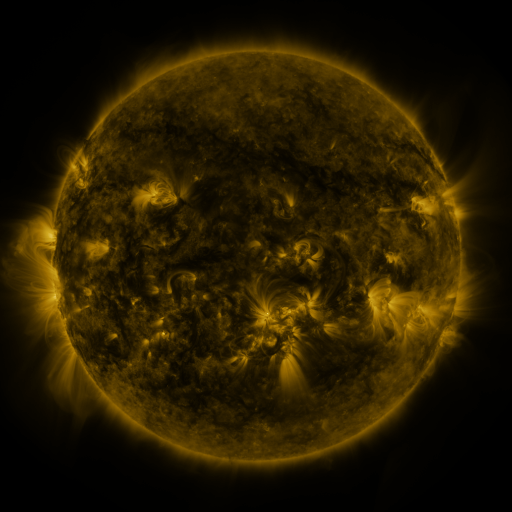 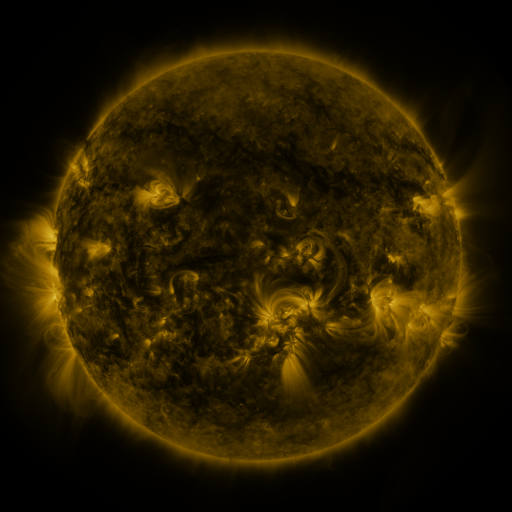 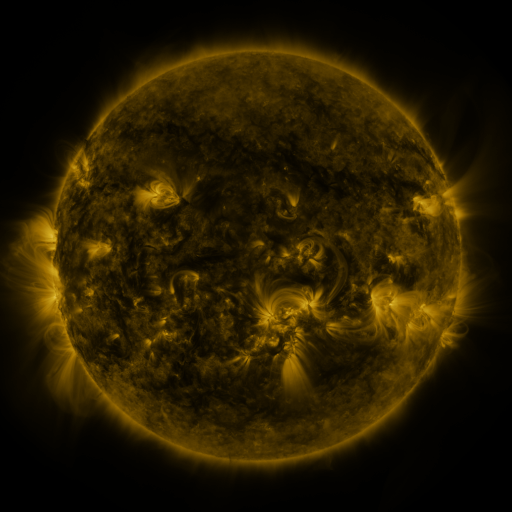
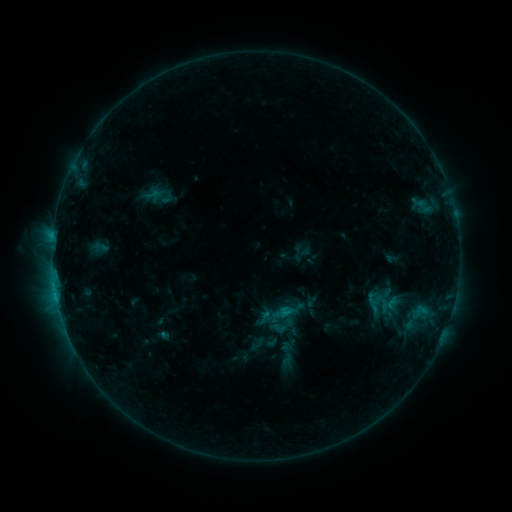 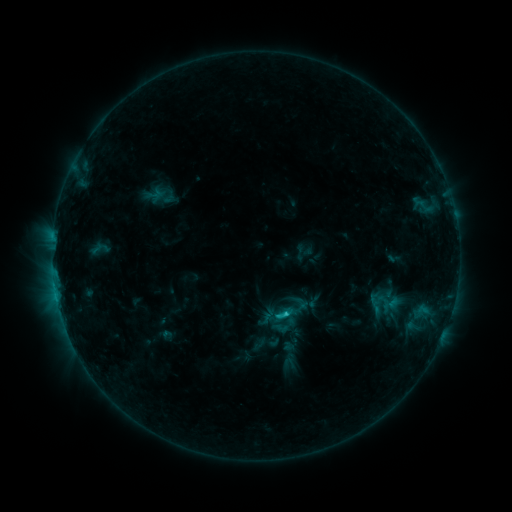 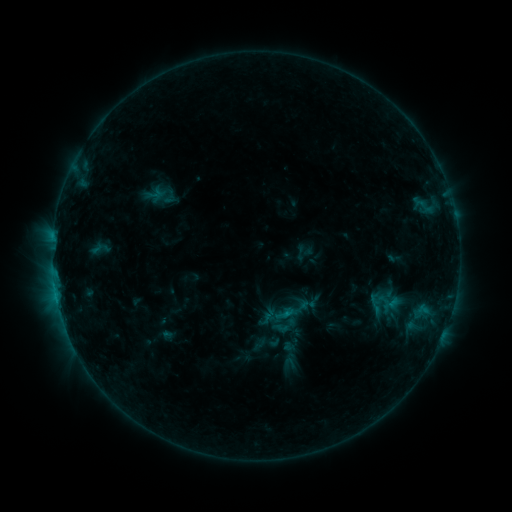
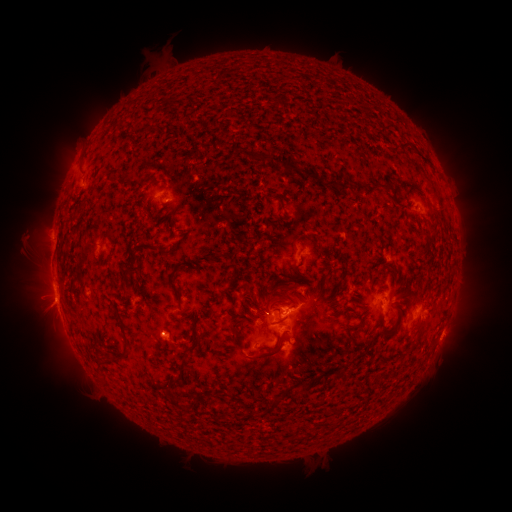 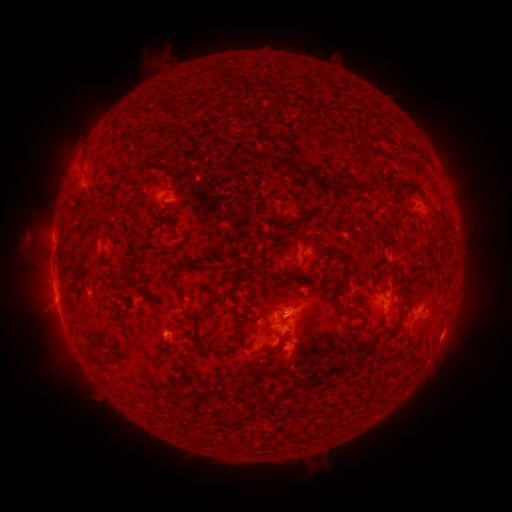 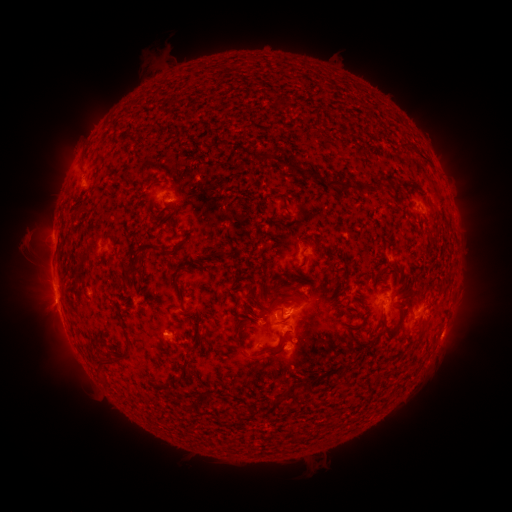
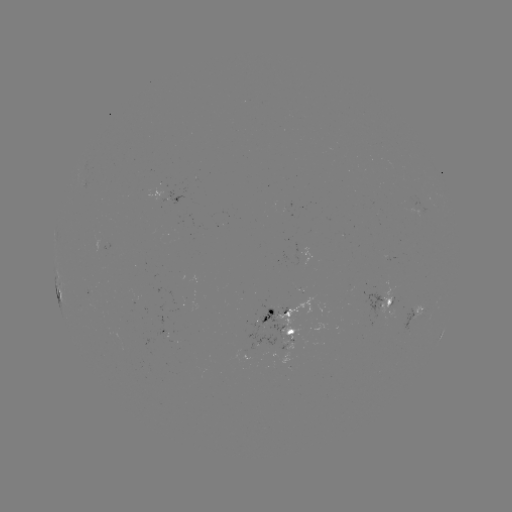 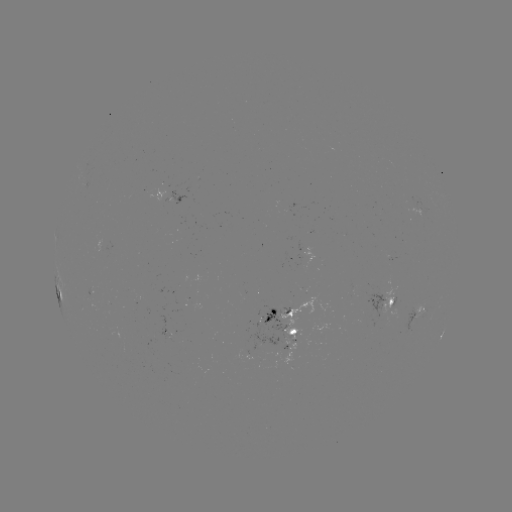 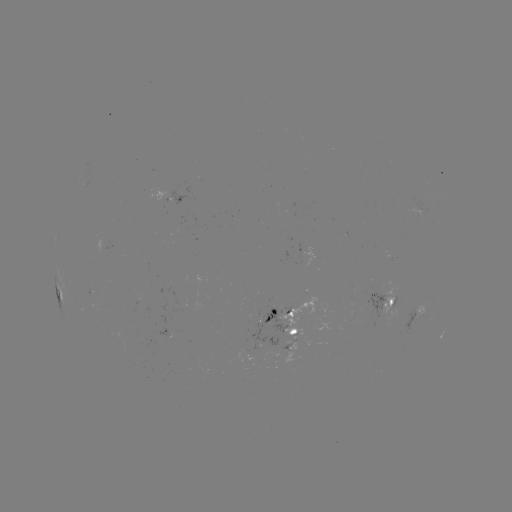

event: emerging-flux region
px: (285, 311)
